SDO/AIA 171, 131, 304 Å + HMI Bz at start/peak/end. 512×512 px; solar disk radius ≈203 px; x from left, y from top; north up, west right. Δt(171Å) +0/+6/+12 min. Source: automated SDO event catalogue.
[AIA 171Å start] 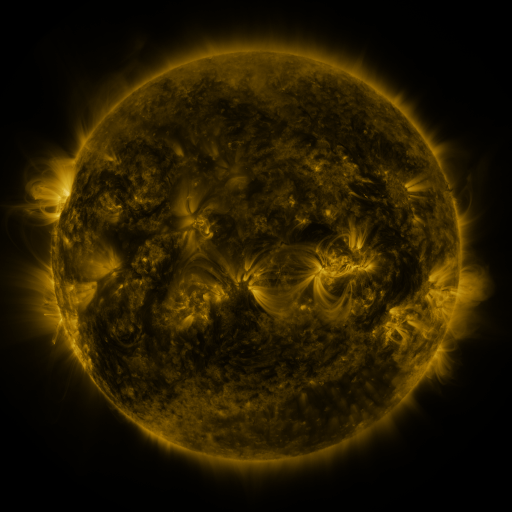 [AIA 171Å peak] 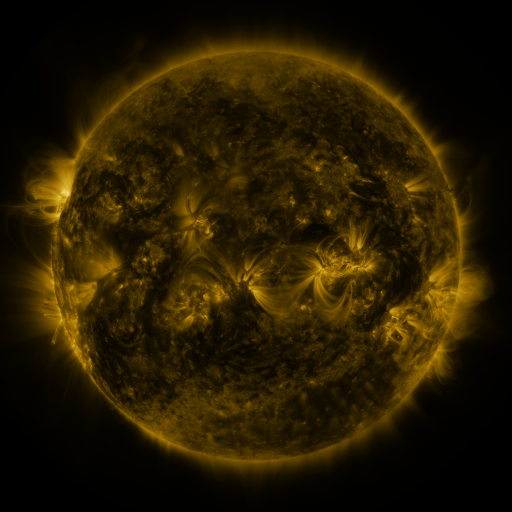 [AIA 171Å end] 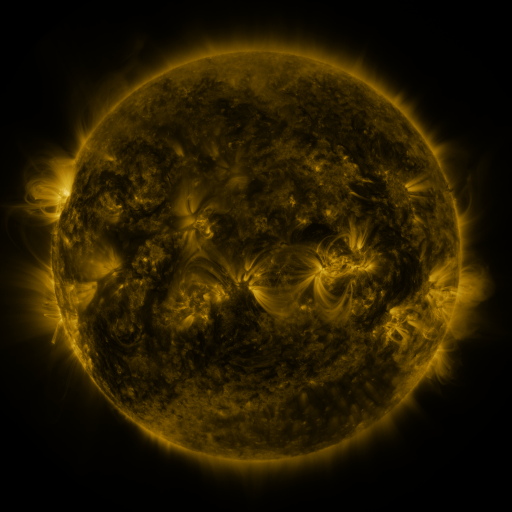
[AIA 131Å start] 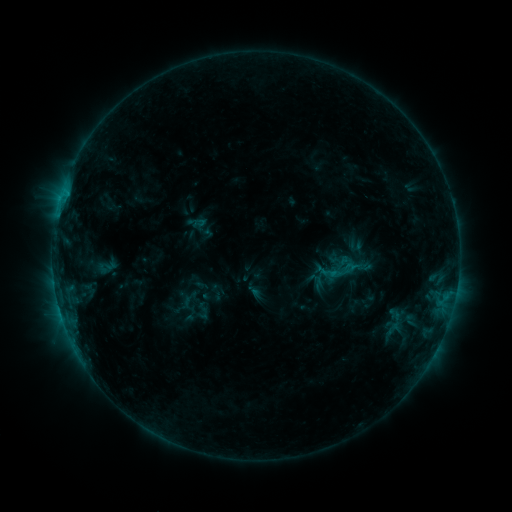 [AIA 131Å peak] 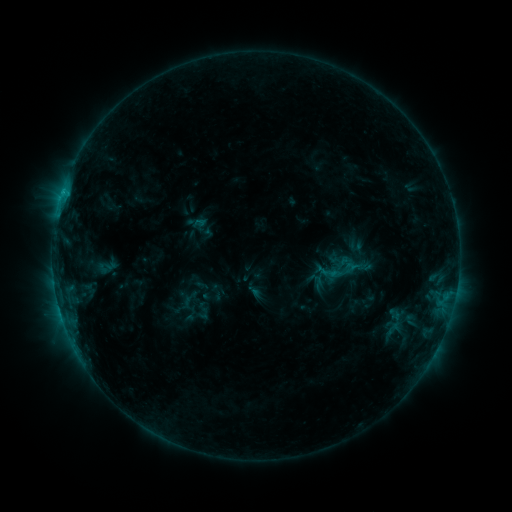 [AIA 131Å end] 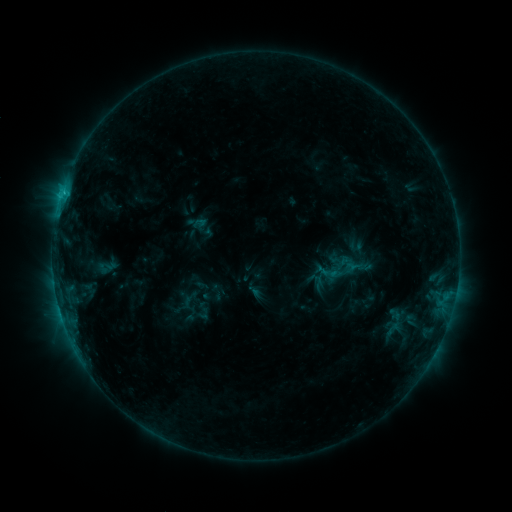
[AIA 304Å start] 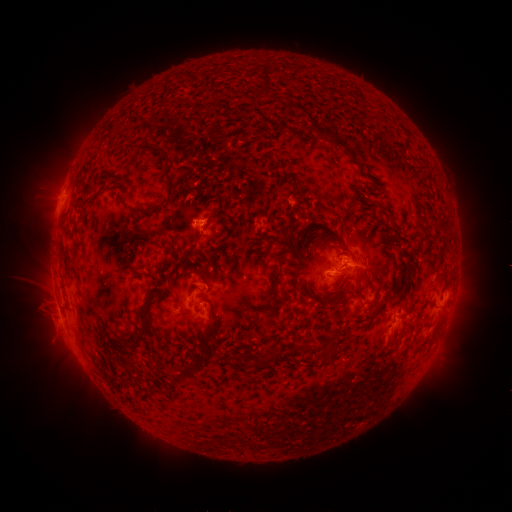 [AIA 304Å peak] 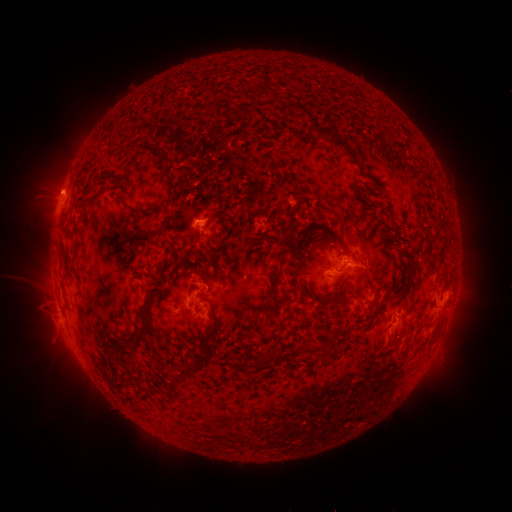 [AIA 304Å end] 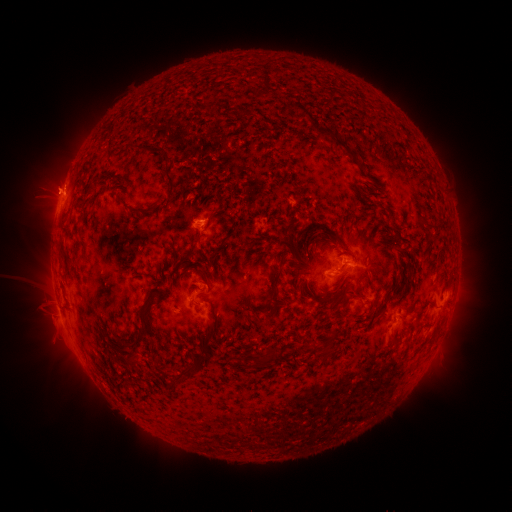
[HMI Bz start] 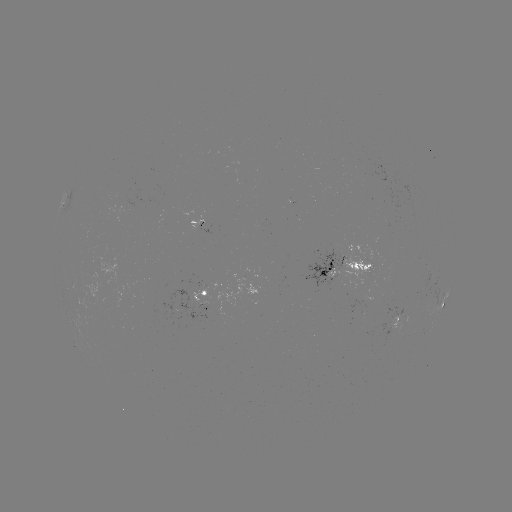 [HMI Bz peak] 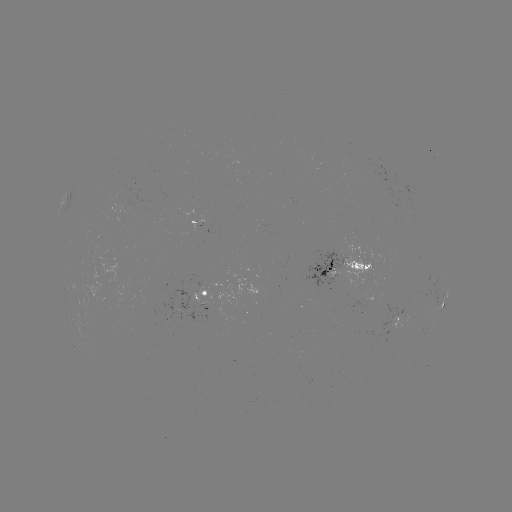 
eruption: (26, 159, 88, 220)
